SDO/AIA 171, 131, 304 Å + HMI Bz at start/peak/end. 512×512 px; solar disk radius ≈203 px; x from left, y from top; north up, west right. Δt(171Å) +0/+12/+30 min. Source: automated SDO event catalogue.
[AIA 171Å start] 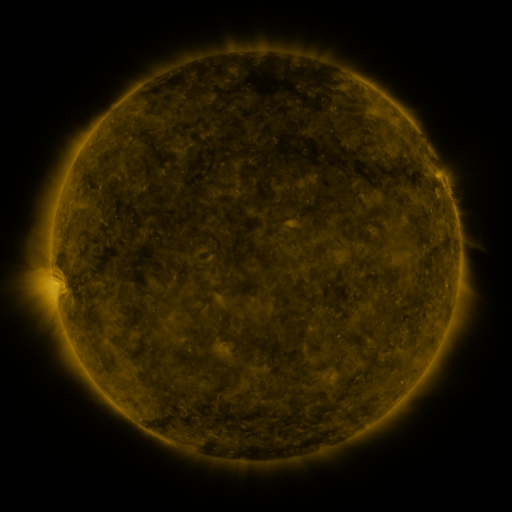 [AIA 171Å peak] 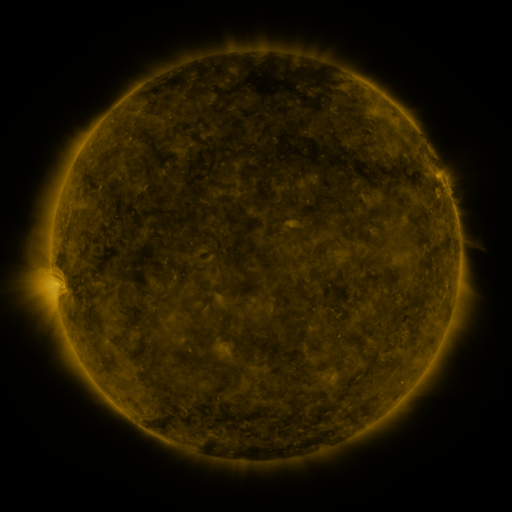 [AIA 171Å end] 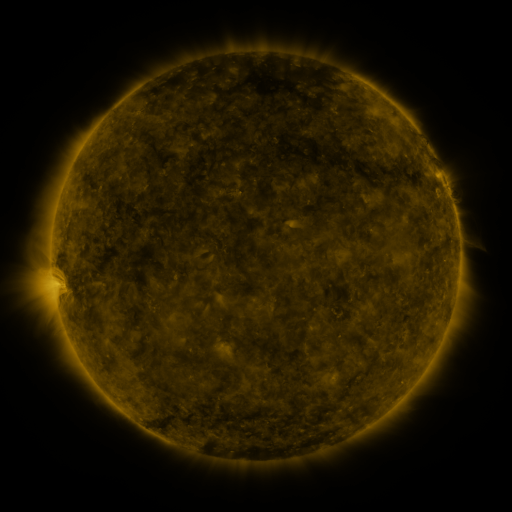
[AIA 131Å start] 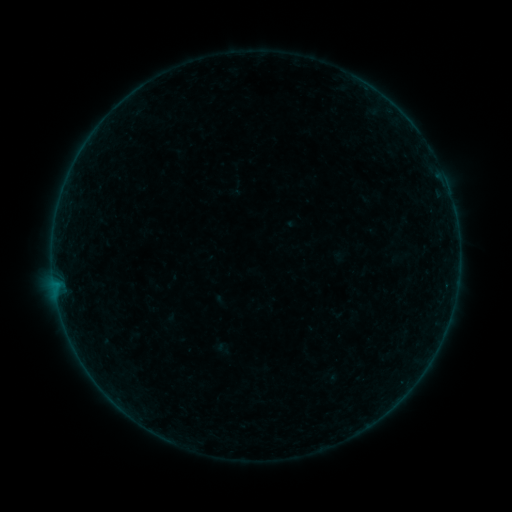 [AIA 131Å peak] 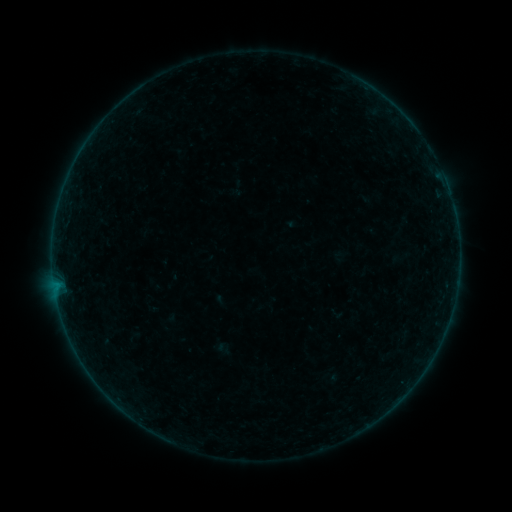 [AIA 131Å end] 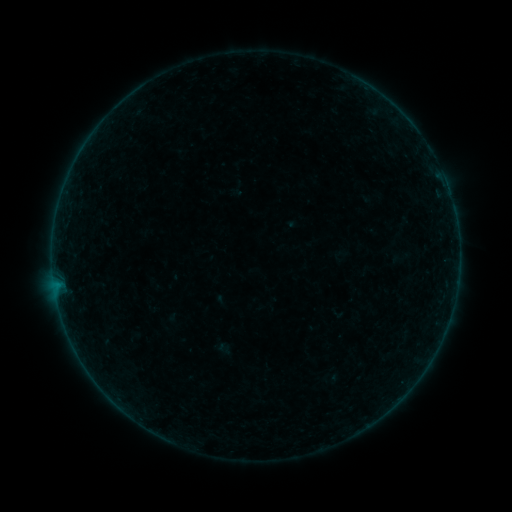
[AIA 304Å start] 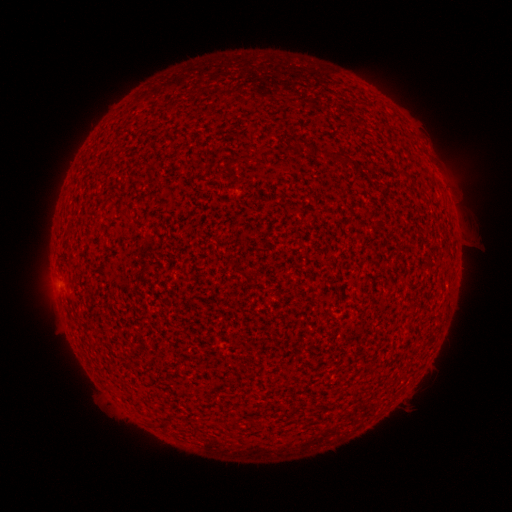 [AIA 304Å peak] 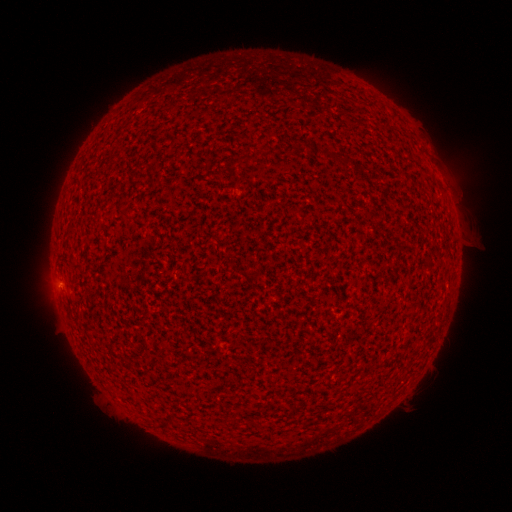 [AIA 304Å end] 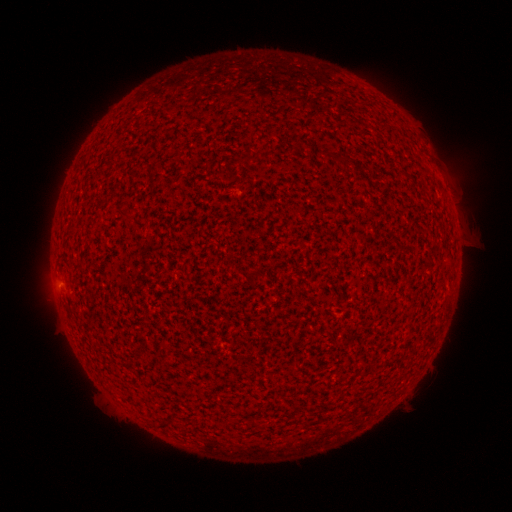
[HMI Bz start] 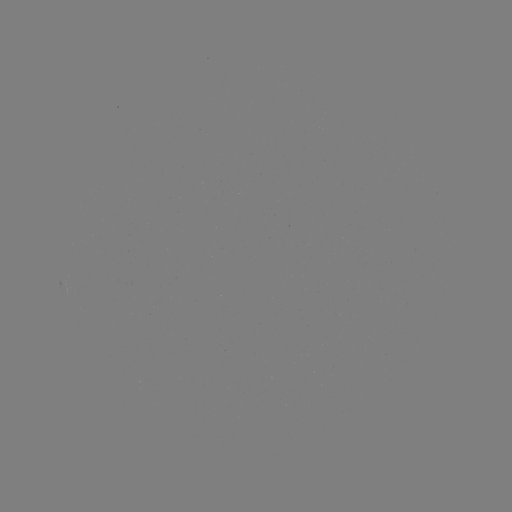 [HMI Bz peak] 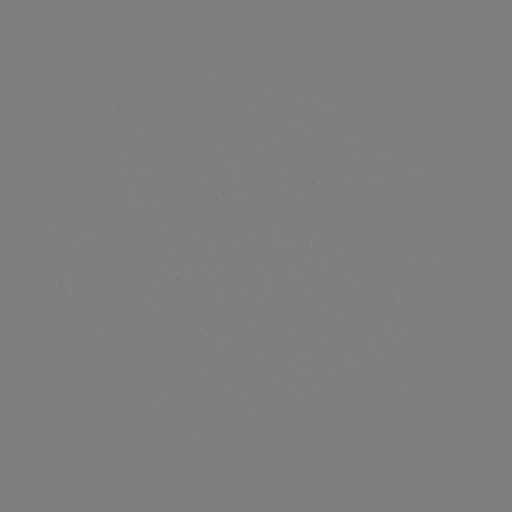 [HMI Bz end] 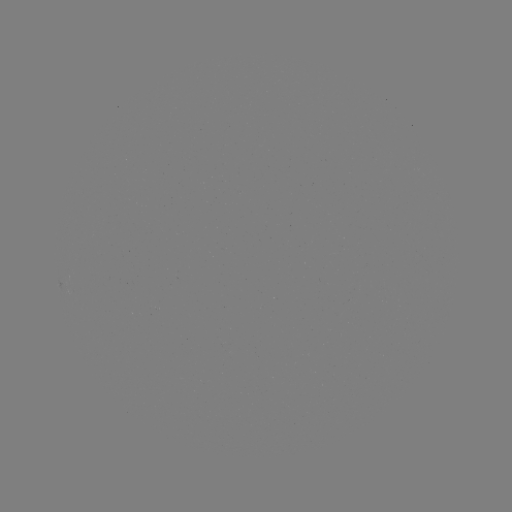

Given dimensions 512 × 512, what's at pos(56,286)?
A5.4 flare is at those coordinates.